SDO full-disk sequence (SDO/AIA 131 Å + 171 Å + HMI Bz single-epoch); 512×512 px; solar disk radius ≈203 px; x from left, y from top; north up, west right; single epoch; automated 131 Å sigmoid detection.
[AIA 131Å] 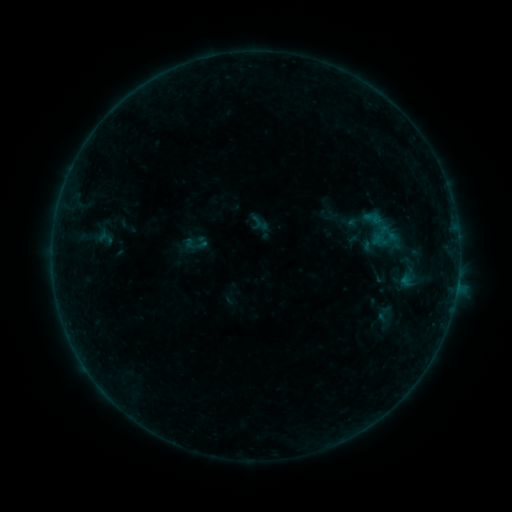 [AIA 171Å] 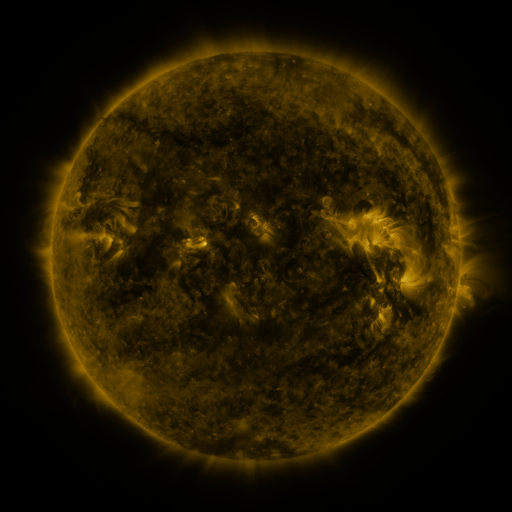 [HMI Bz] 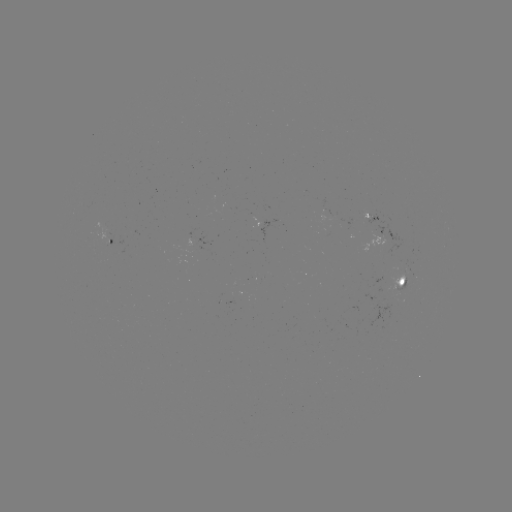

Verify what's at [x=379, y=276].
sigmoid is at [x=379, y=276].